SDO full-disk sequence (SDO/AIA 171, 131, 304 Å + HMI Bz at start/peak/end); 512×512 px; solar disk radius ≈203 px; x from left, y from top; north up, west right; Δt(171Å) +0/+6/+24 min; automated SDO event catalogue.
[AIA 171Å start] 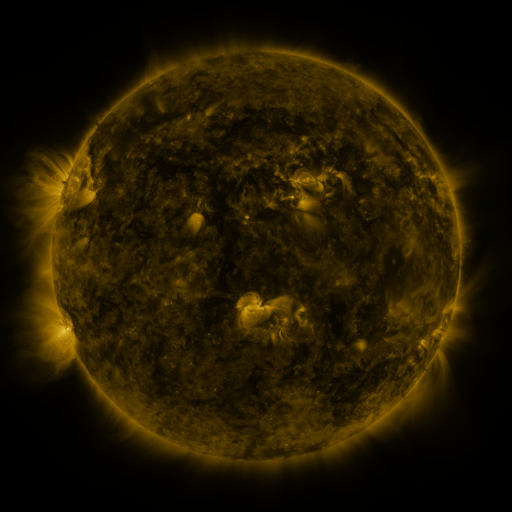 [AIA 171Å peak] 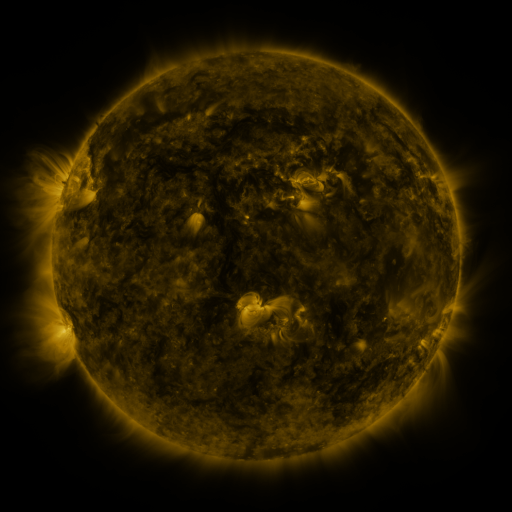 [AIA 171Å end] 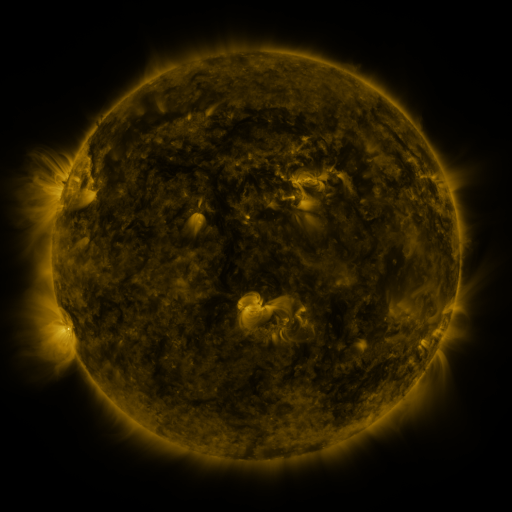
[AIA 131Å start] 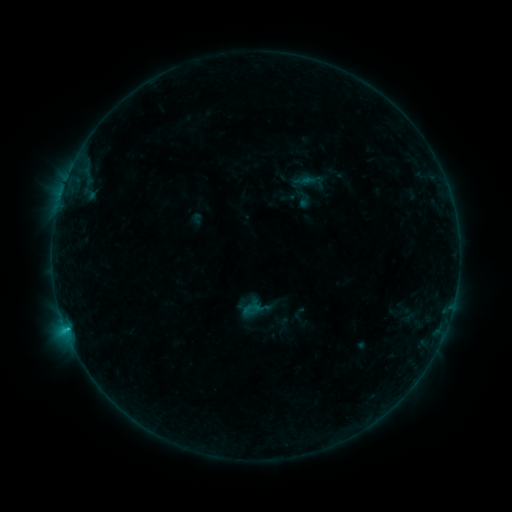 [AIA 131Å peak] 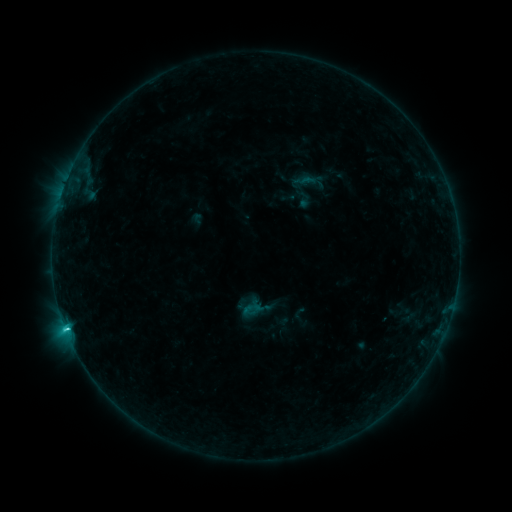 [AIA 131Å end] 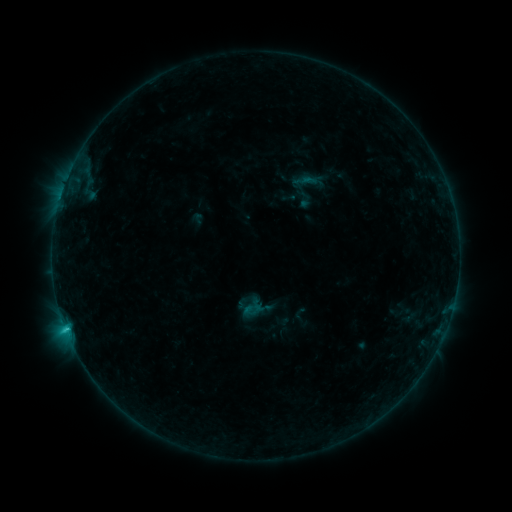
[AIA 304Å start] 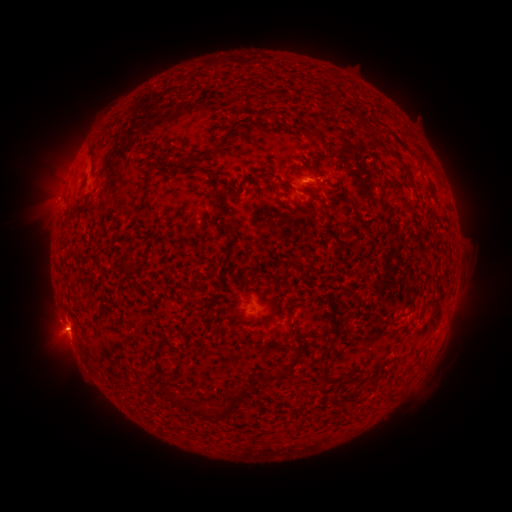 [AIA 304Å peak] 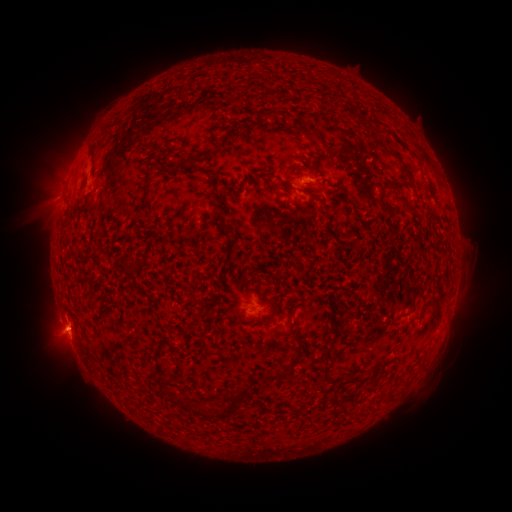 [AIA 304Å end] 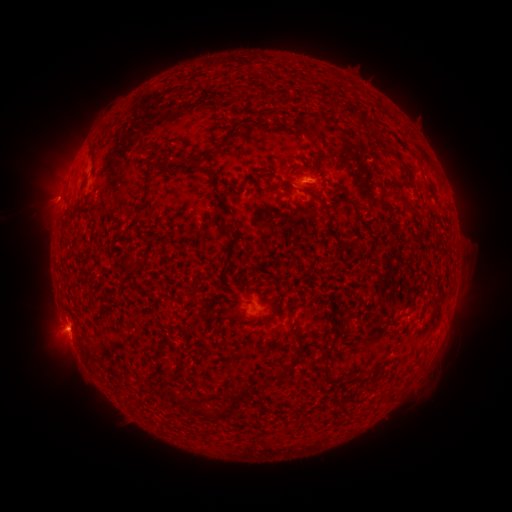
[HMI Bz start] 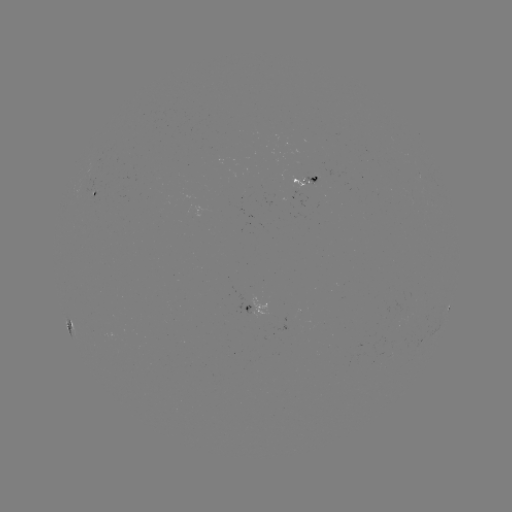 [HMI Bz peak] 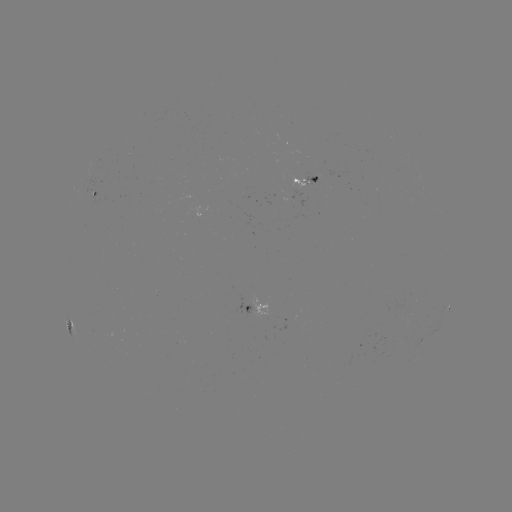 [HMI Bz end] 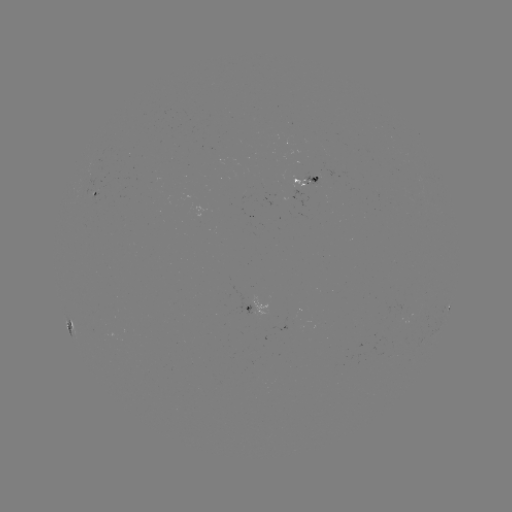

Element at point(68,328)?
C1.6 flare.